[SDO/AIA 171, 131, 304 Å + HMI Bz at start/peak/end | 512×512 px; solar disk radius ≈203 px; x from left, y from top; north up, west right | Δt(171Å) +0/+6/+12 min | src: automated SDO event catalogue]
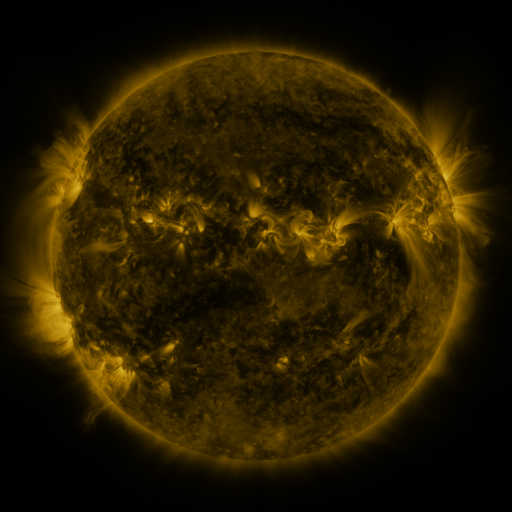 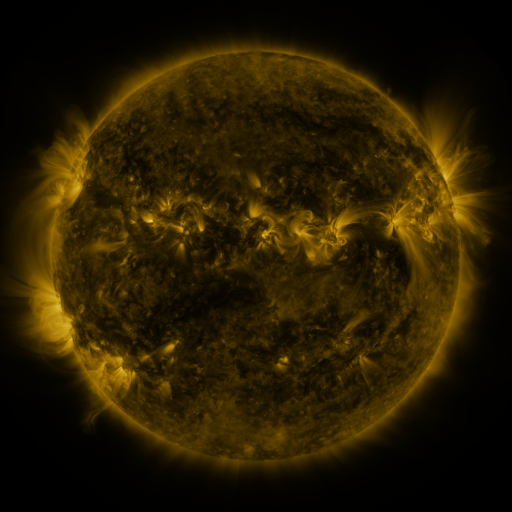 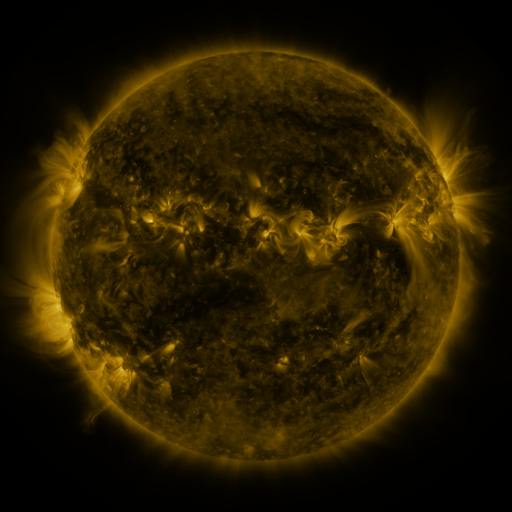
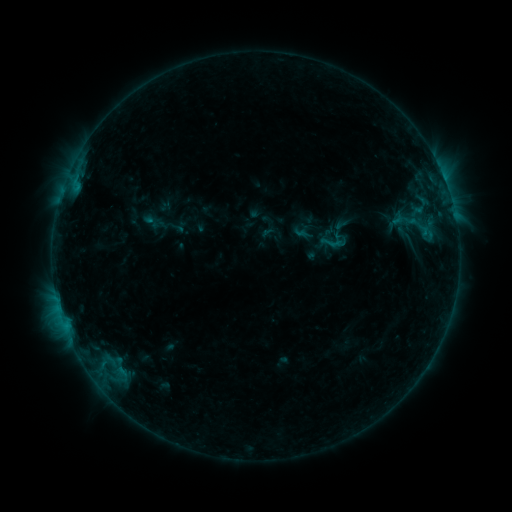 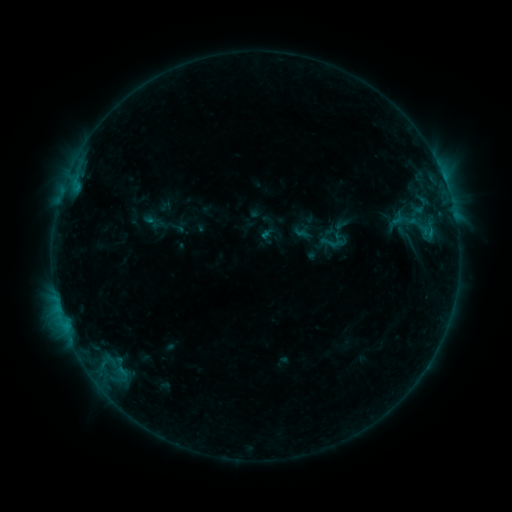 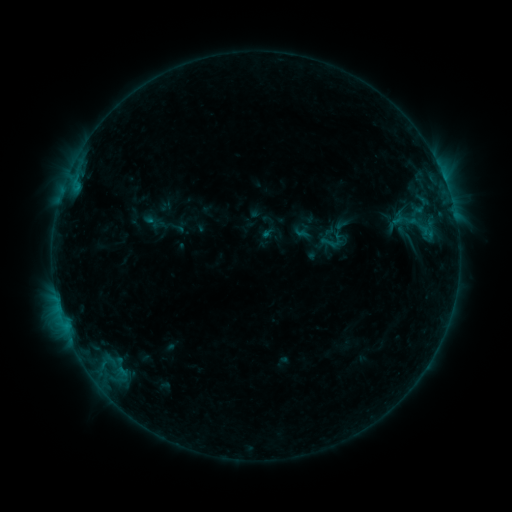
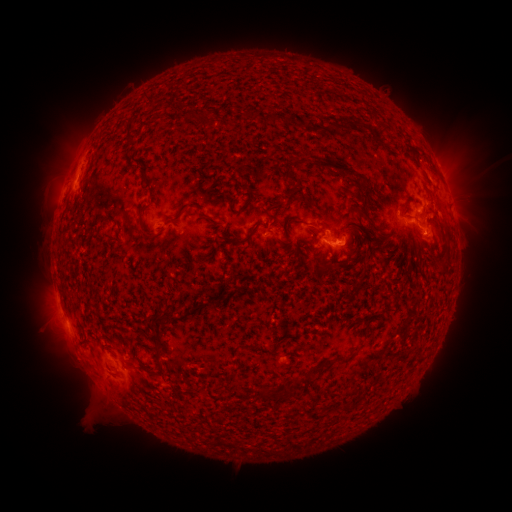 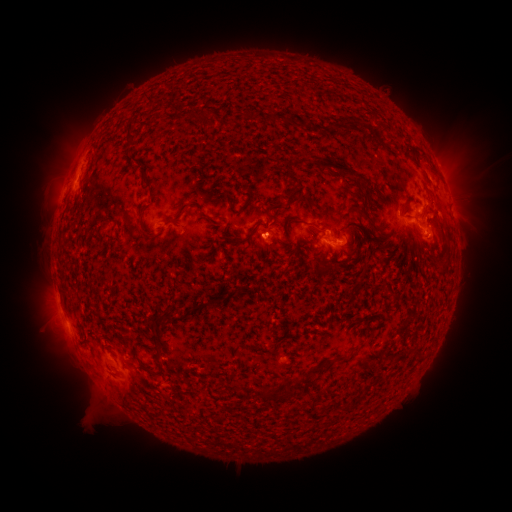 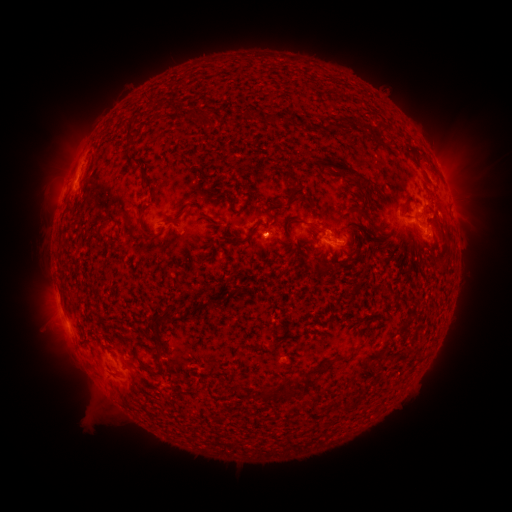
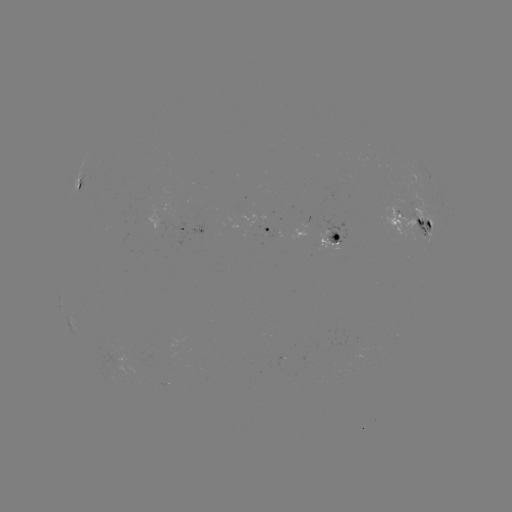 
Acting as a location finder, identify eruption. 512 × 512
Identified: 274,237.